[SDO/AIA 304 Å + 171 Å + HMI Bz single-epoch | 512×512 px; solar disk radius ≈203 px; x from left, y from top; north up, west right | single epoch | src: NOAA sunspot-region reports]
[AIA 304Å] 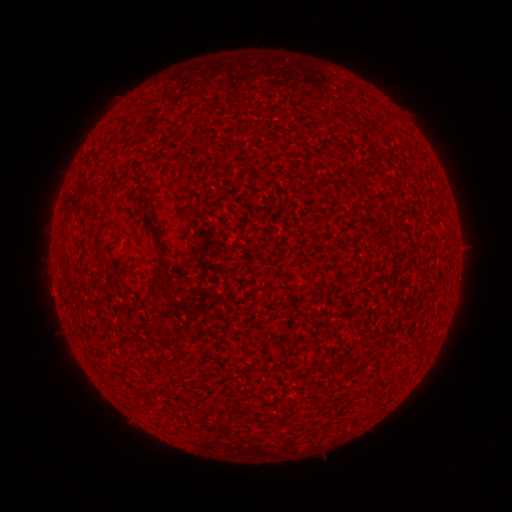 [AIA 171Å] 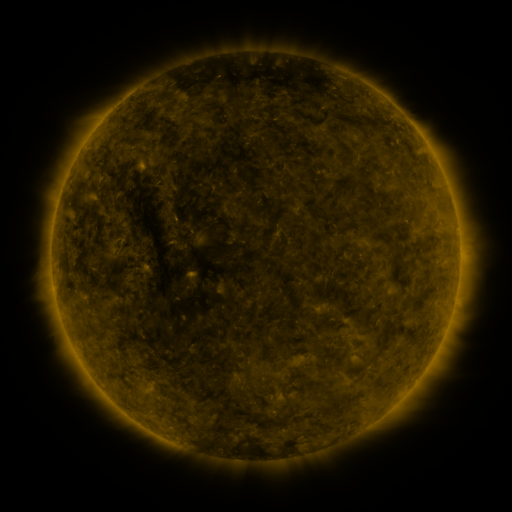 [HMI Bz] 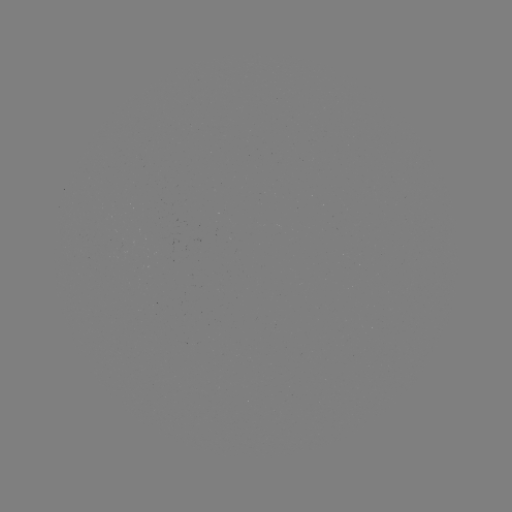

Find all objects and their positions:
(none)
